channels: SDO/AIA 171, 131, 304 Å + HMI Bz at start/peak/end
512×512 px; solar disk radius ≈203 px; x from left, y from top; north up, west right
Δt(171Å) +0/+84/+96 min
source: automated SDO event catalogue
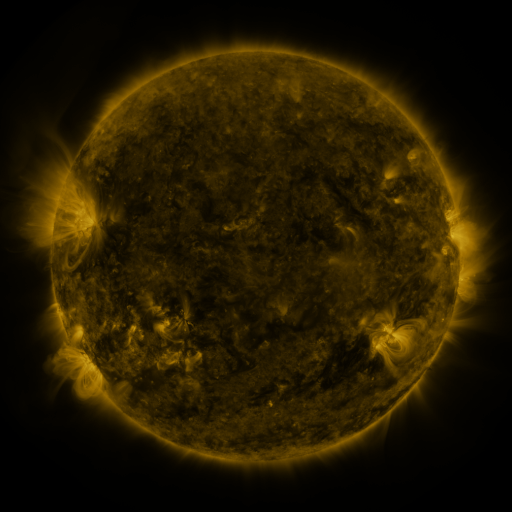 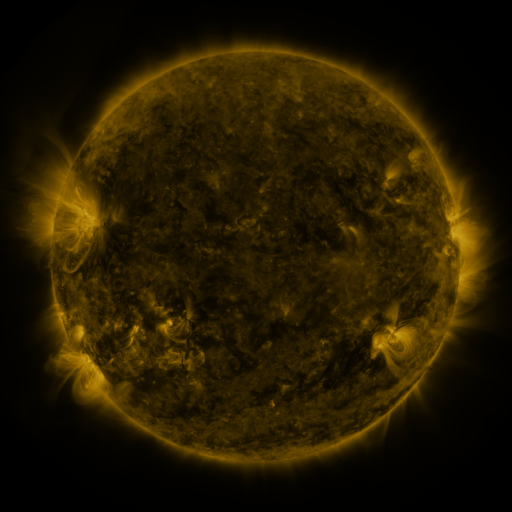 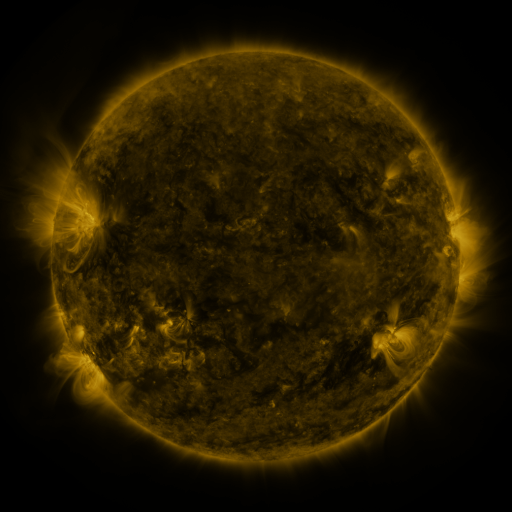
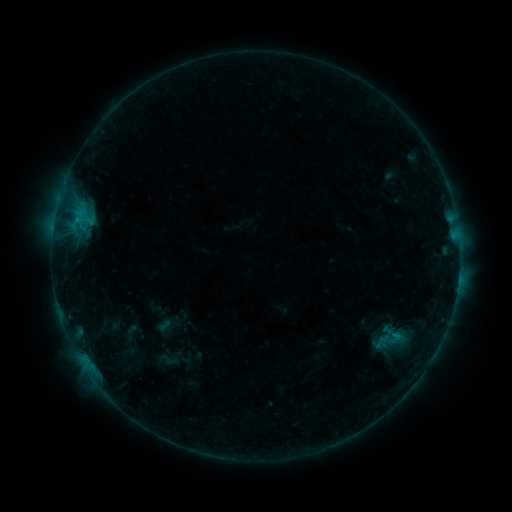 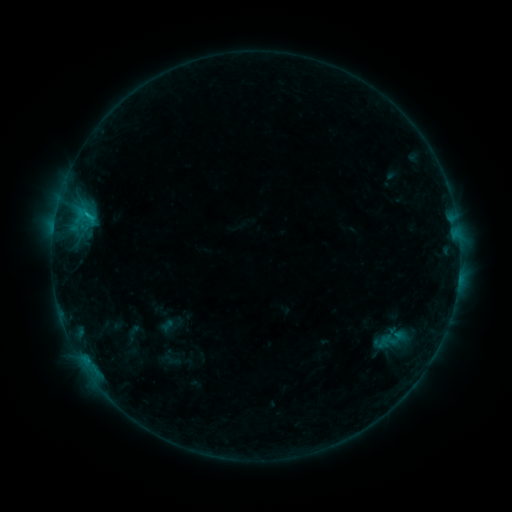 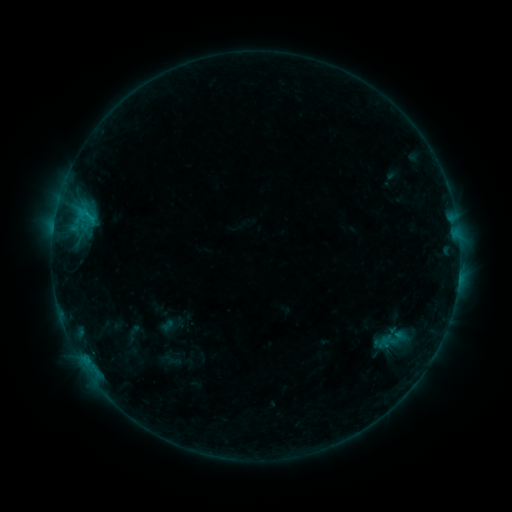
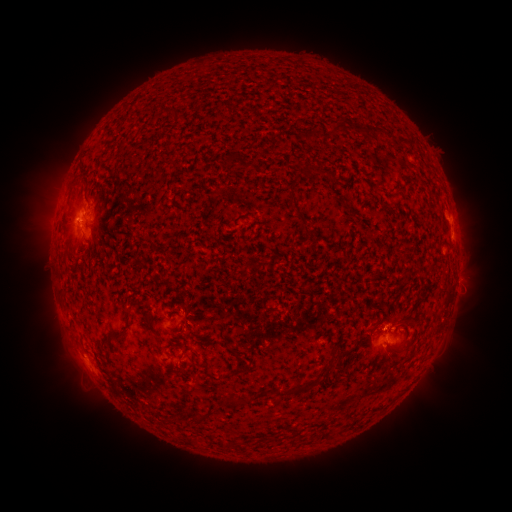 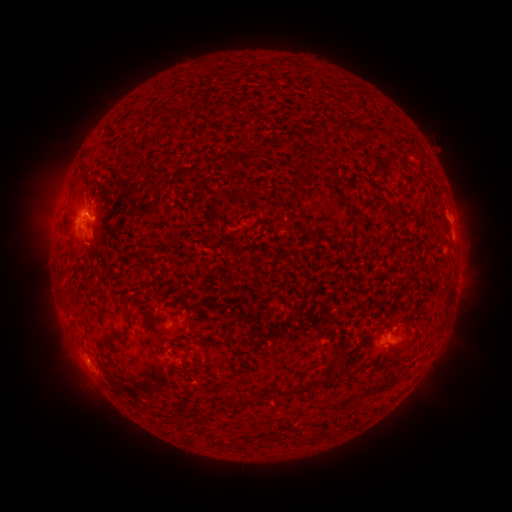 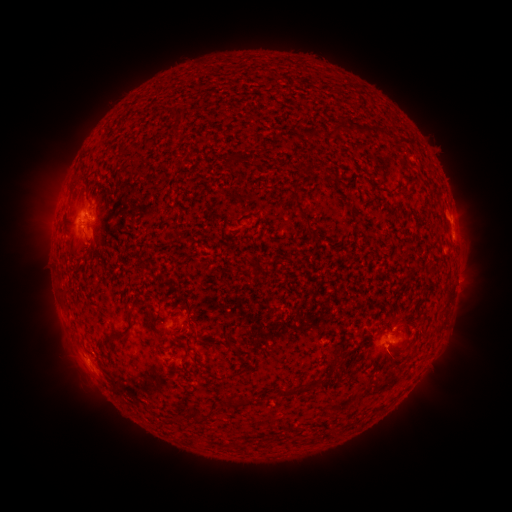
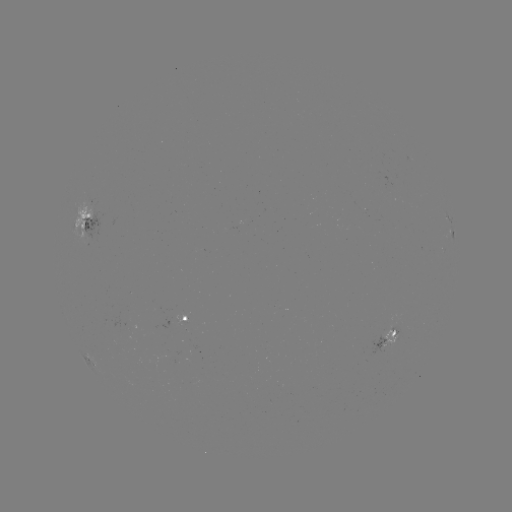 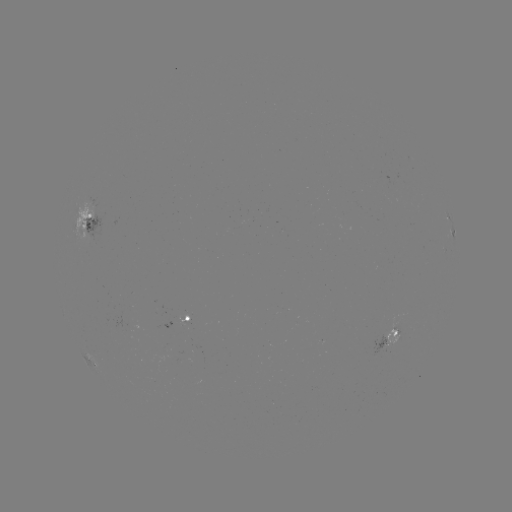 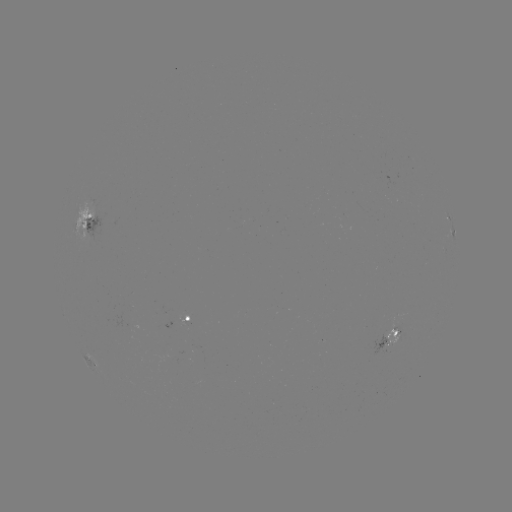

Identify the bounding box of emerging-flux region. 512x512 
[371, 335, 386, 356].